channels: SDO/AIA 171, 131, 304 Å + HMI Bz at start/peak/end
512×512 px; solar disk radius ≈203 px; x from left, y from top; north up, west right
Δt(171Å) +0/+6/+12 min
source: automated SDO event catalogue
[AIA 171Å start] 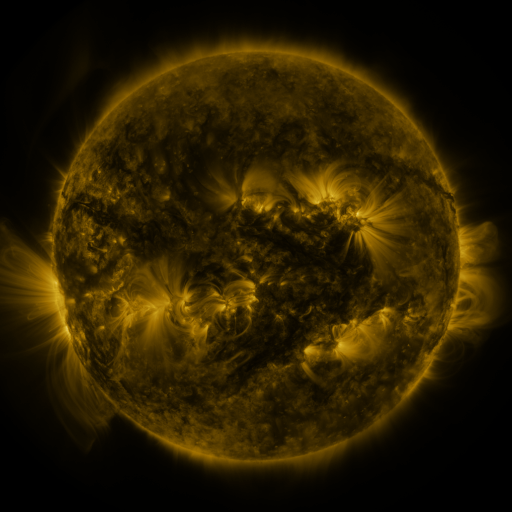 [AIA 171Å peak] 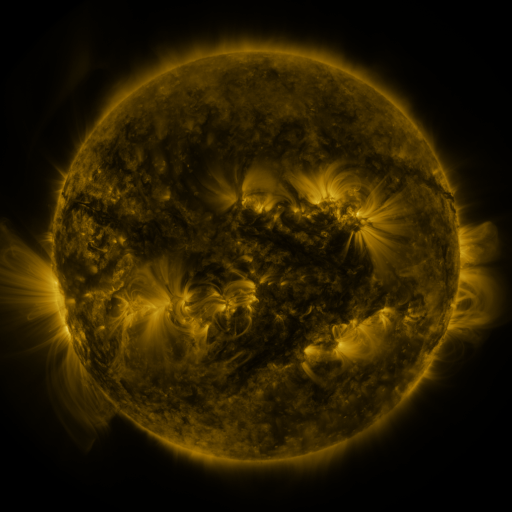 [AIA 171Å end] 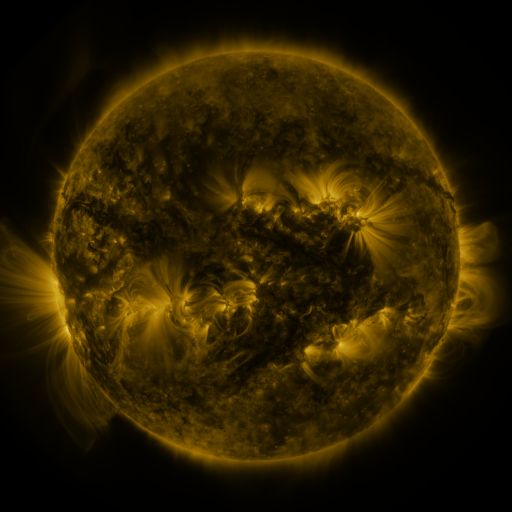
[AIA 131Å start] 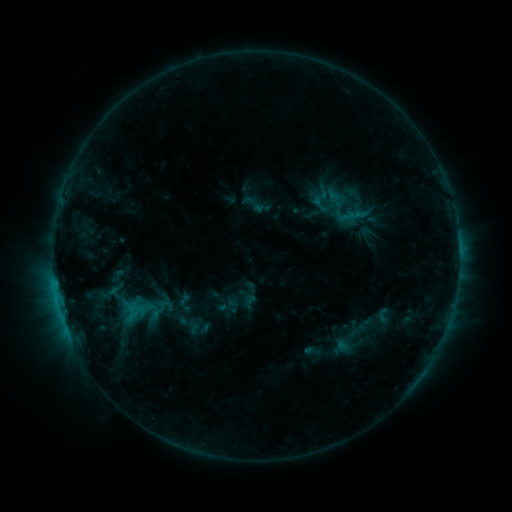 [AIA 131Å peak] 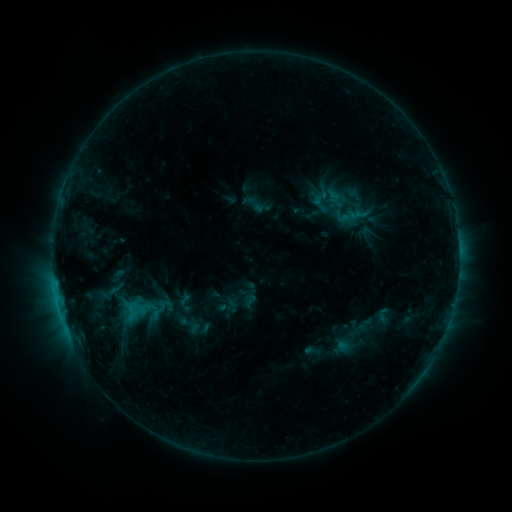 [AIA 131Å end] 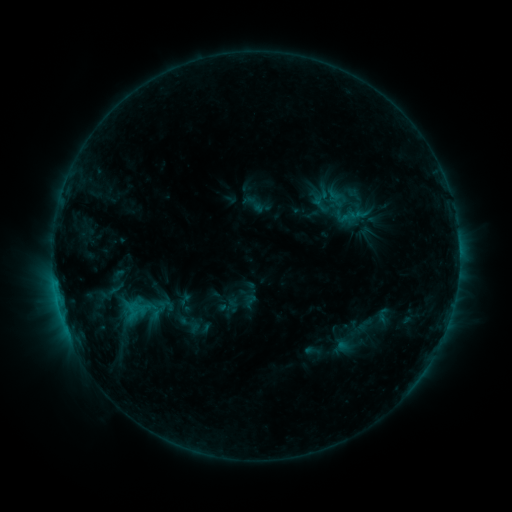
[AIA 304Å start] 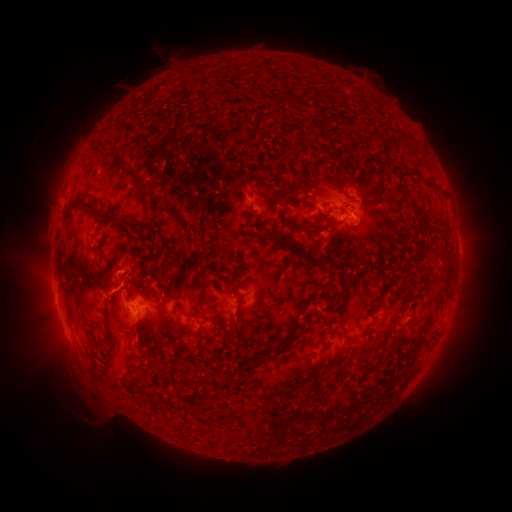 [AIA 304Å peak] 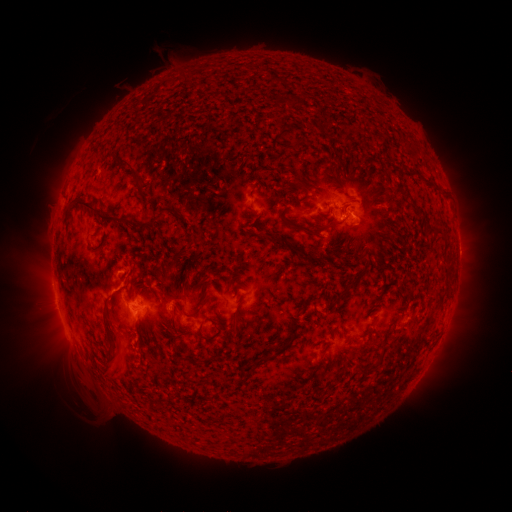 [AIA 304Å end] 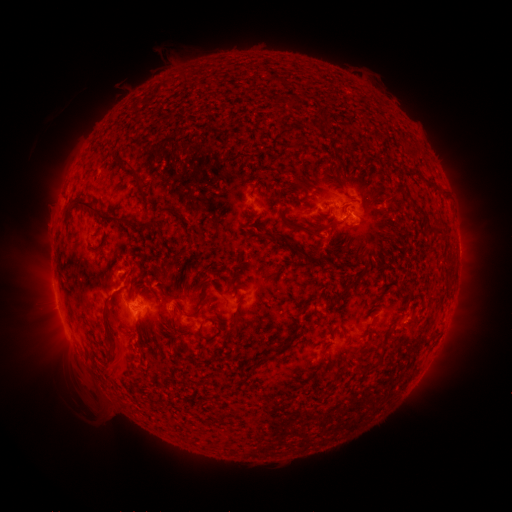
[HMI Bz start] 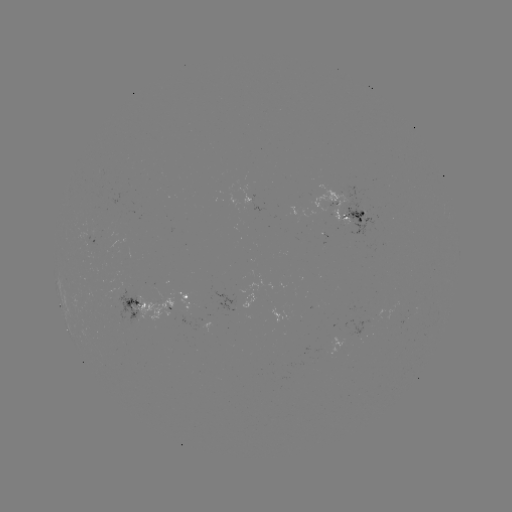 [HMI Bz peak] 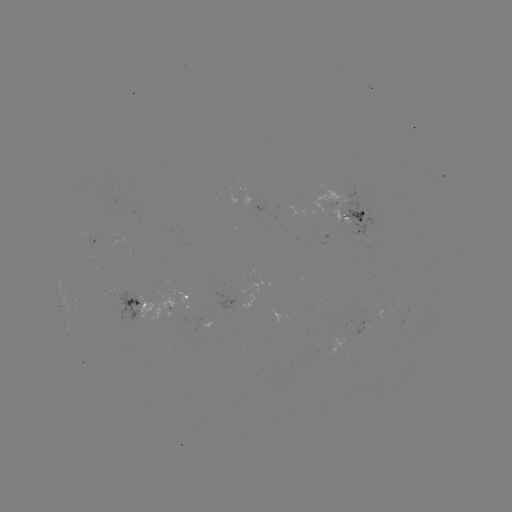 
no classed flare was catalogued and no EUV brightening was flagged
